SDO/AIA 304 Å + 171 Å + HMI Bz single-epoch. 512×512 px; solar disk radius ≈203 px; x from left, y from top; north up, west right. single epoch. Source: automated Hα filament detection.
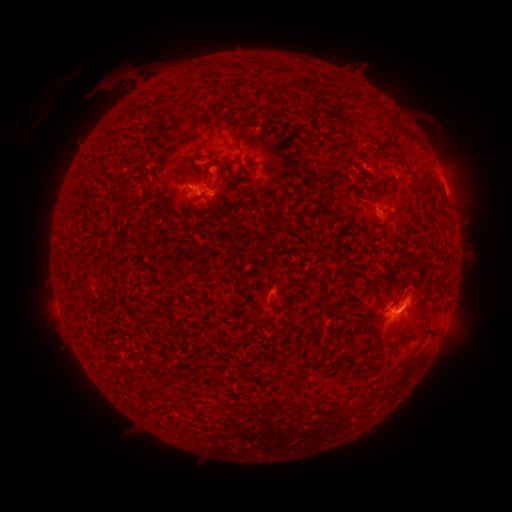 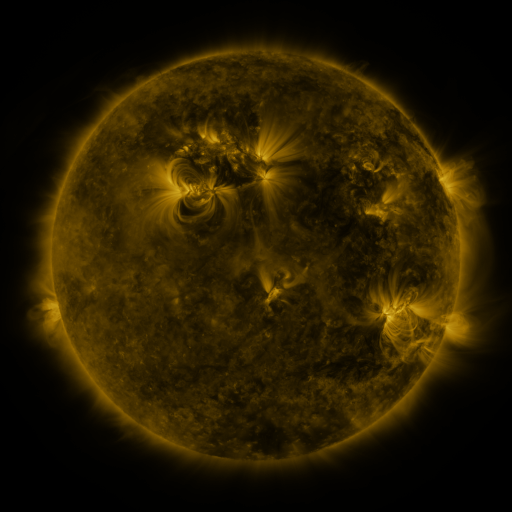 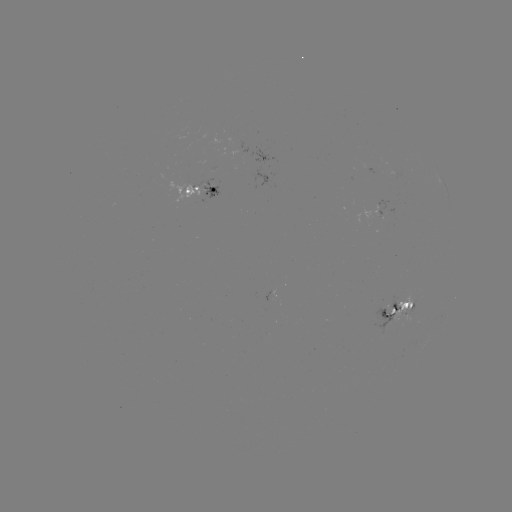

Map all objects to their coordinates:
filament: [312, 78, 320, 89]
filament: [265, 96, 275, 107]
filament: [380, 119, 398, 152]
filament: [229, 128, 240, 143]
filament: [336, 152, 345, 168]
filament: [265, 227, 274, 243]
filament: [379, 227, 387, 238]
filament: [338, 309, 346, 321]
filament: [149, 383, 160, 392]
